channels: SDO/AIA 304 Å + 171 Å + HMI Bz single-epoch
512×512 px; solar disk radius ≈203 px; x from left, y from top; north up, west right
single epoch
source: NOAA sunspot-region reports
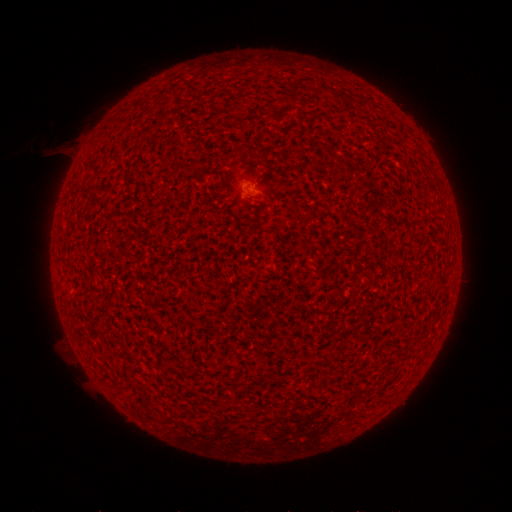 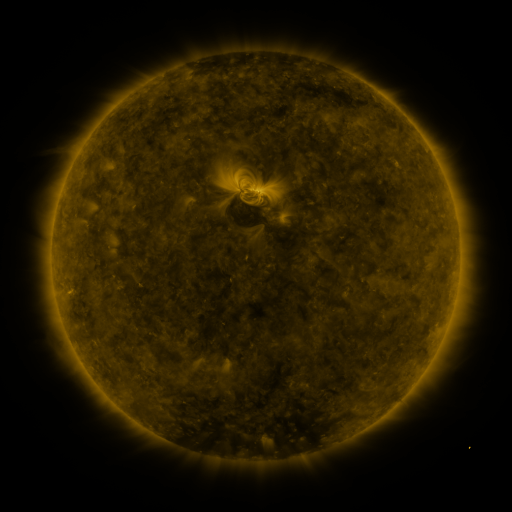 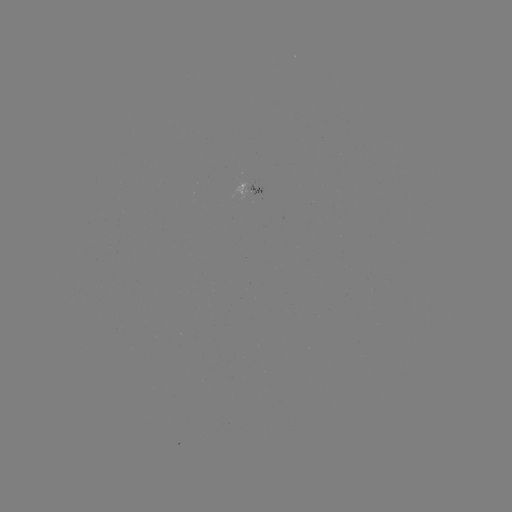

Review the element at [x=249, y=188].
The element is spotted active region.